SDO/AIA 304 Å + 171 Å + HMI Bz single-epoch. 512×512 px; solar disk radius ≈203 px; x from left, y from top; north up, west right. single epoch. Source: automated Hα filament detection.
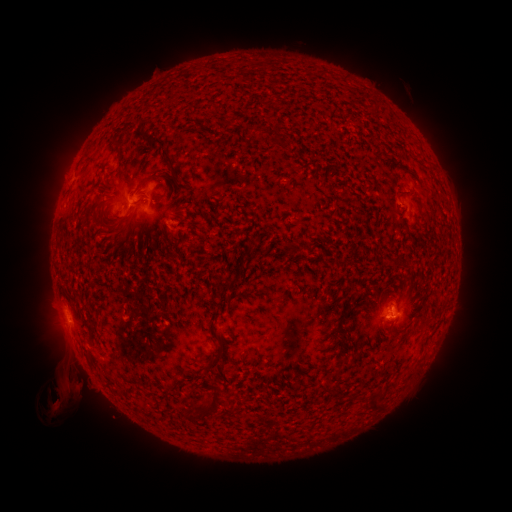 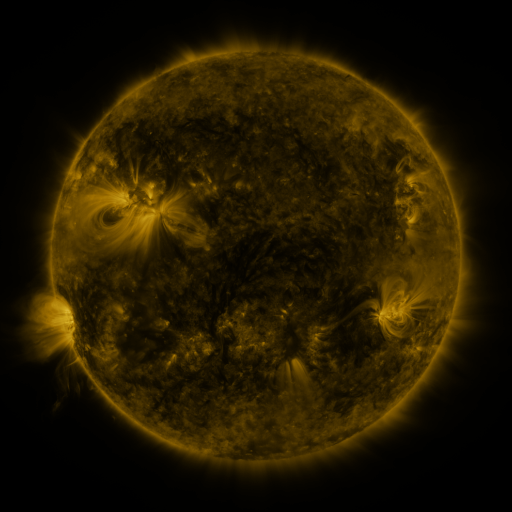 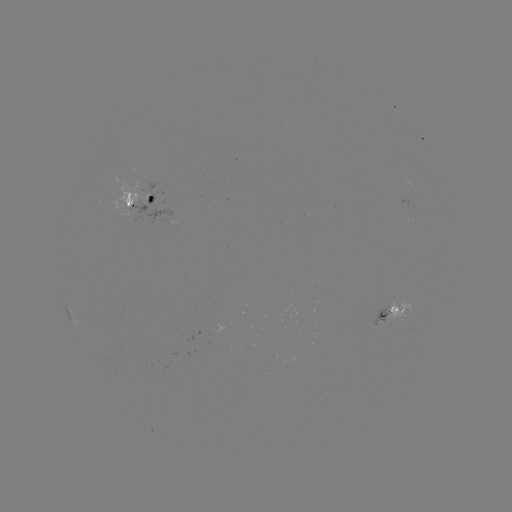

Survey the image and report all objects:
filament: <bbox>252, 127, 262, 136</bbox>
filament: <bbox>137, 129, 151, 143</bbox>
filament: <bbox>111, 136, 122, 159</bbox>
filament: <bbox>148, 137, 178, 179</bbox>
filament: <bbox>138, 163, 146, 174</bbox>
filament: <bbox>140, 174, 158, 186</bbox>
filament: <bbox>343, 191, 360, 201</bbox>
filament: <bbox>246, 241, 255, 253</bbox>
filament: <bbox>388, 261, 397, 269</bbox>
filament: <bbox>218, 284, 234, 292</bbox>
filament: <bbox>418, 318, 431, 328</bbox>
filament: <bbox>88, 326, 97, 342</bbox>
filament: <bbox>204, 337, 224, 371</bbox>
filament: <bbox>366, 393, 384, 412</bbox>
